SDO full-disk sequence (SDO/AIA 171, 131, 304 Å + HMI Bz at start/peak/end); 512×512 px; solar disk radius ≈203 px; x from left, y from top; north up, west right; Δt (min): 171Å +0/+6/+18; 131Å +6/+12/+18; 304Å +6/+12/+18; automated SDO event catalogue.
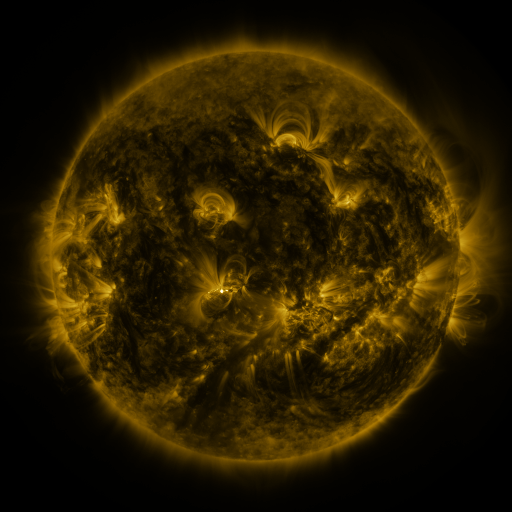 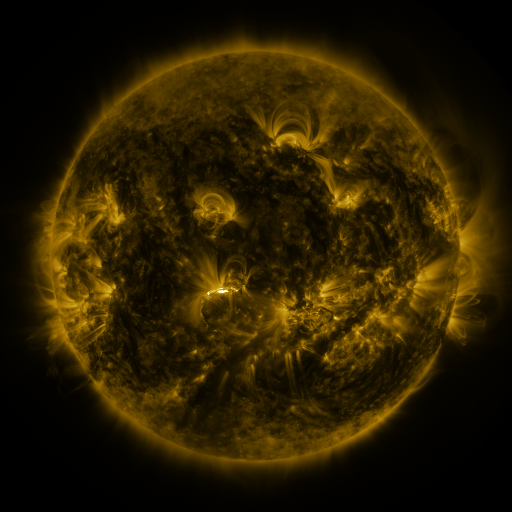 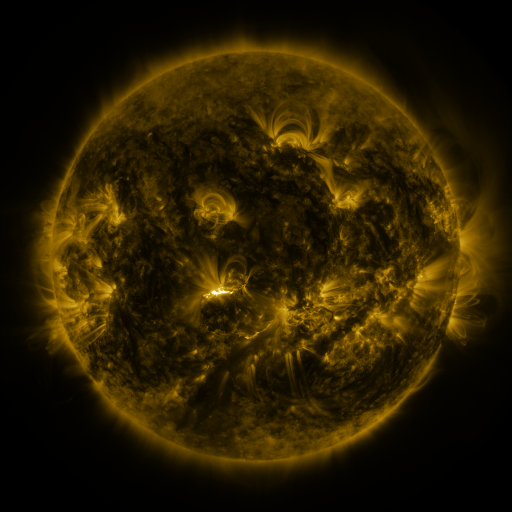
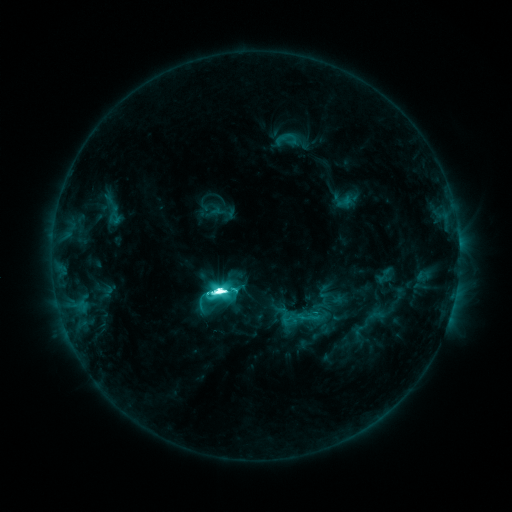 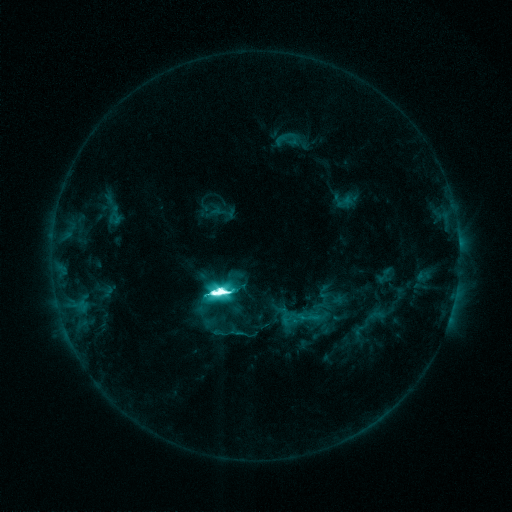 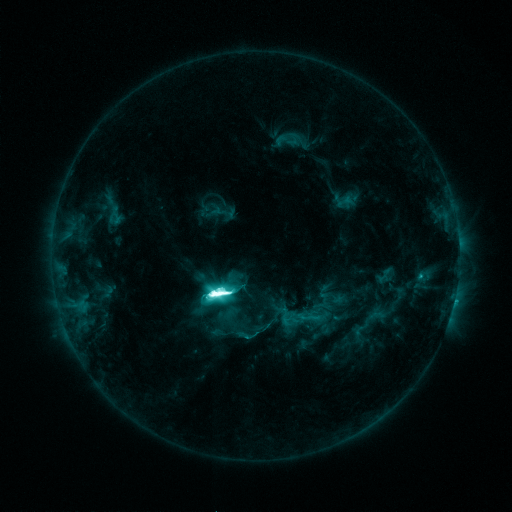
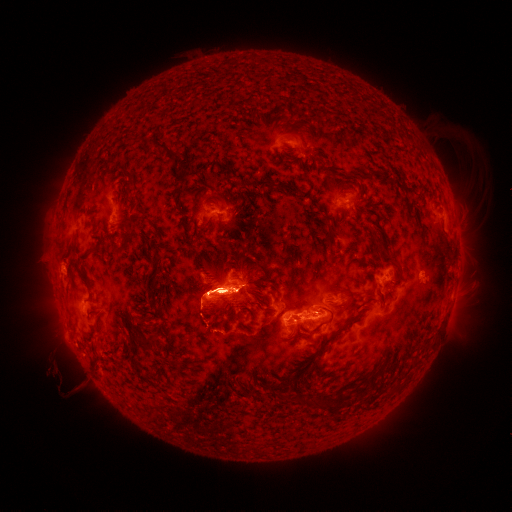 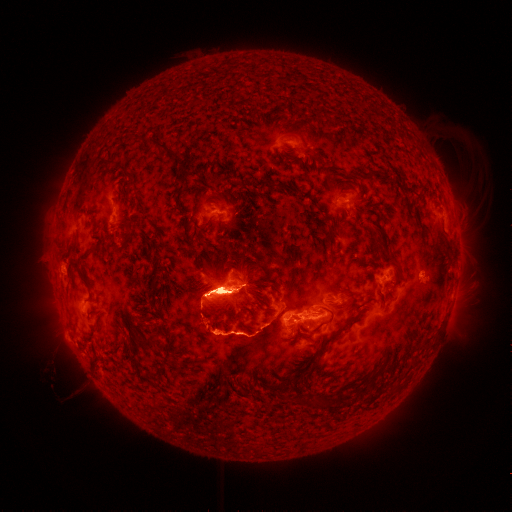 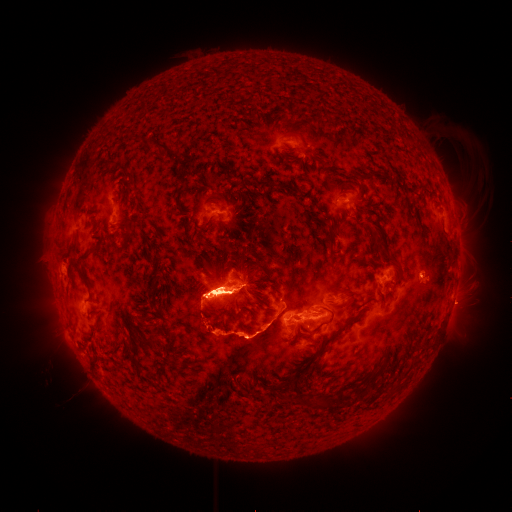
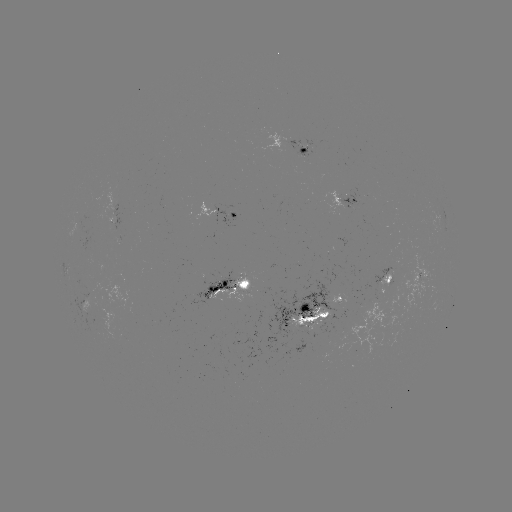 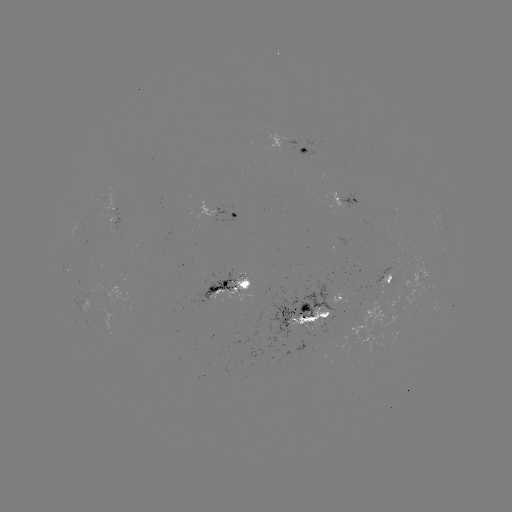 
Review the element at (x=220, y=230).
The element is eruption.